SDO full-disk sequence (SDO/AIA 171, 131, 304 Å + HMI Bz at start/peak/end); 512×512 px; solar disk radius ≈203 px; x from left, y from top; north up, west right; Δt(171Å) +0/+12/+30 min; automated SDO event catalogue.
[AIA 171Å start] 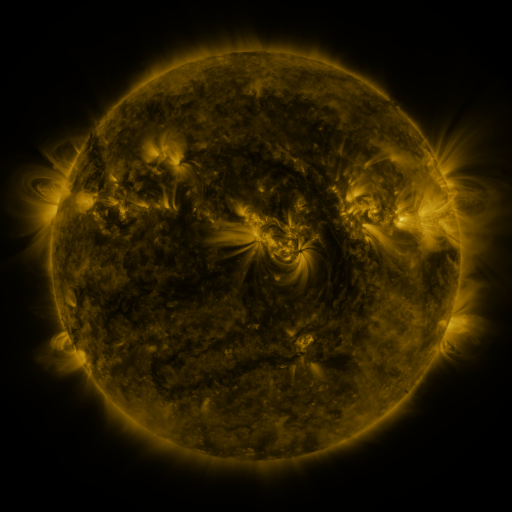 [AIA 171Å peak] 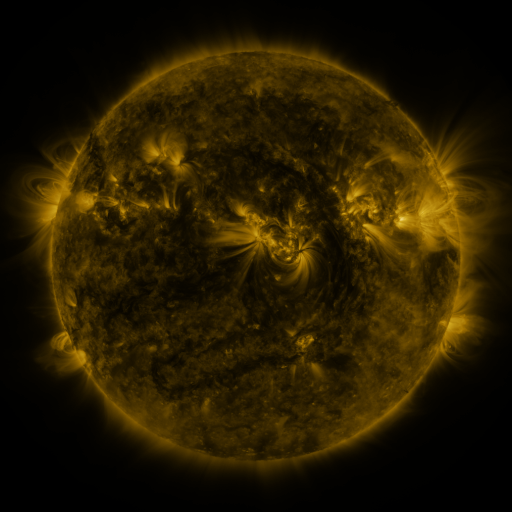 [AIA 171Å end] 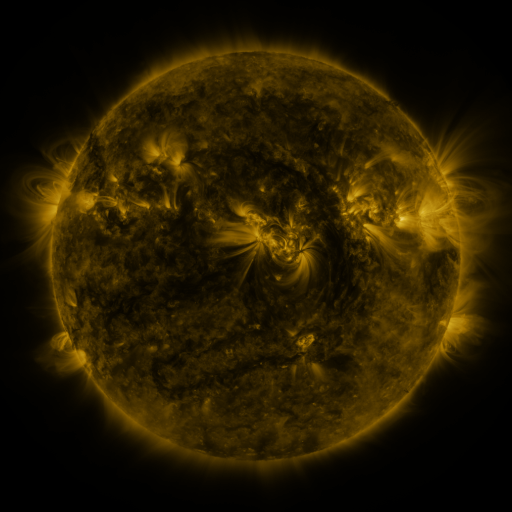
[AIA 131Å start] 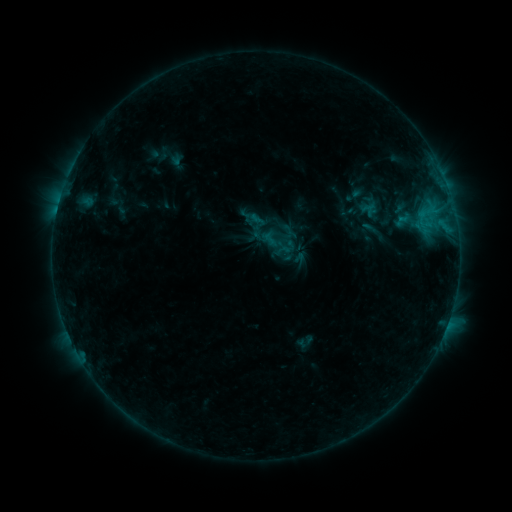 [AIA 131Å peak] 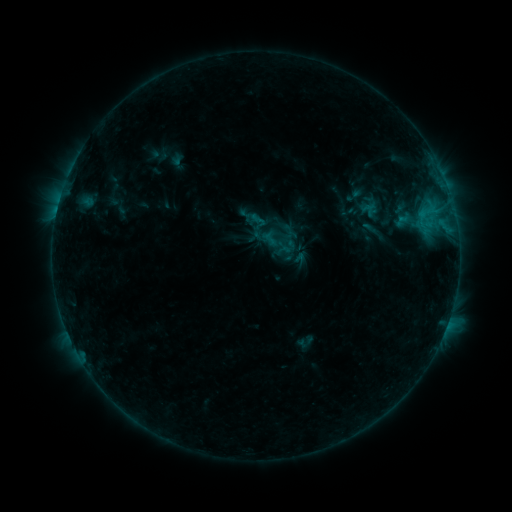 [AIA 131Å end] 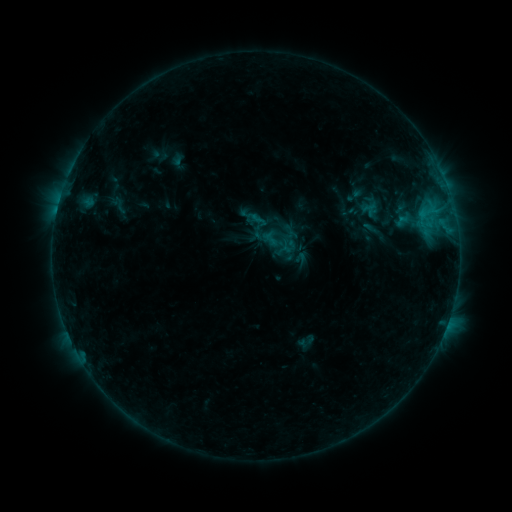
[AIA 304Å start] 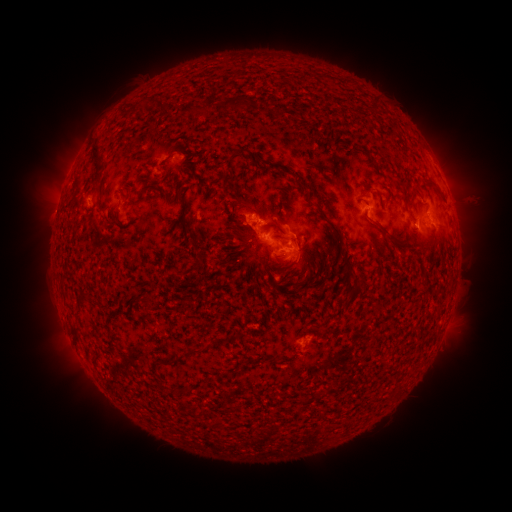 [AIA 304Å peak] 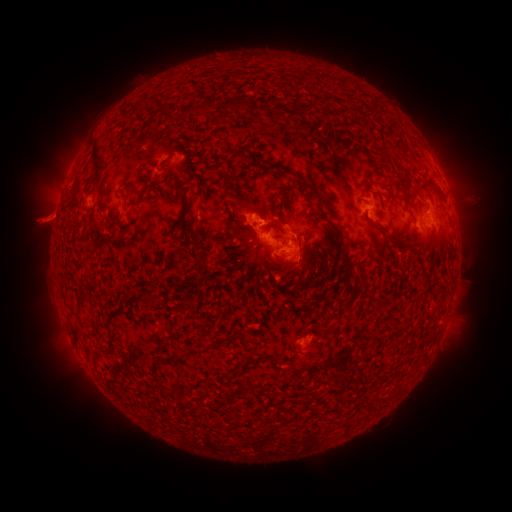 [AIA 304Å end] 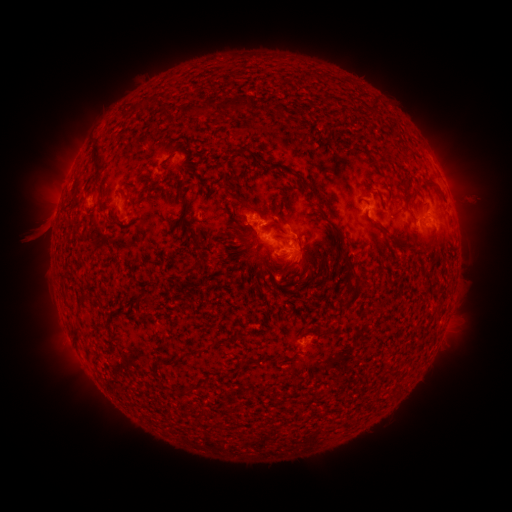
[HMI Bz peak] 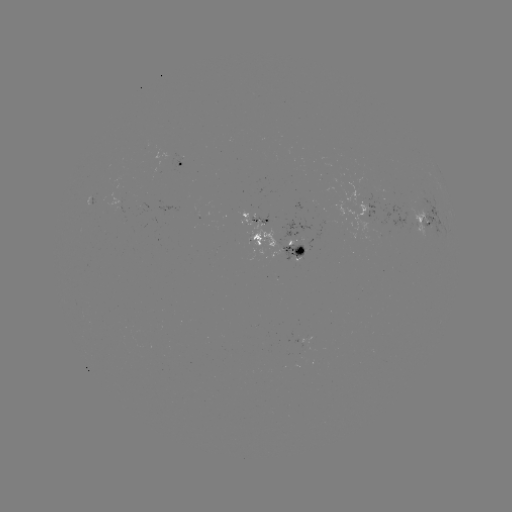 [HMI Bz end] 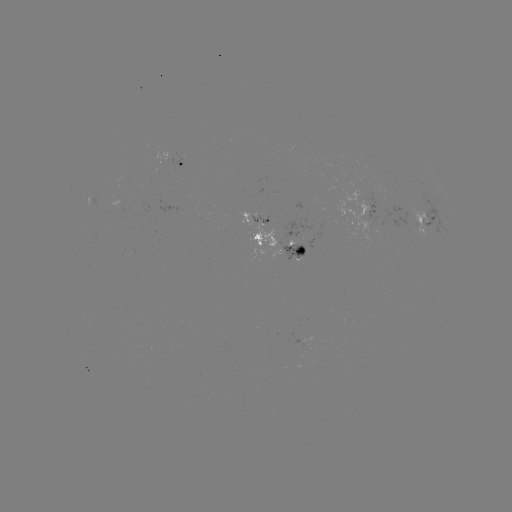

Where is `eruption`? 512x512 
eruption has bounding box [12, 189, 77, 252].